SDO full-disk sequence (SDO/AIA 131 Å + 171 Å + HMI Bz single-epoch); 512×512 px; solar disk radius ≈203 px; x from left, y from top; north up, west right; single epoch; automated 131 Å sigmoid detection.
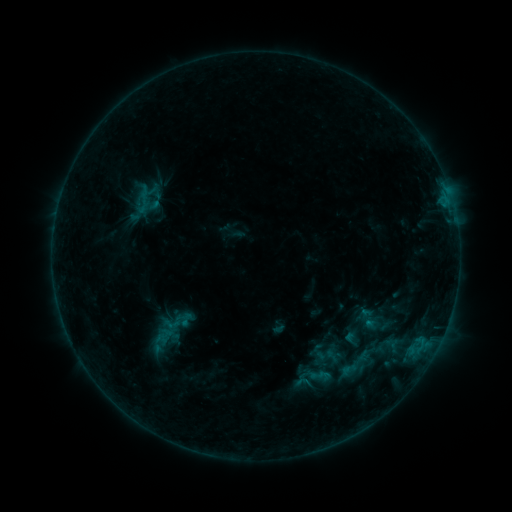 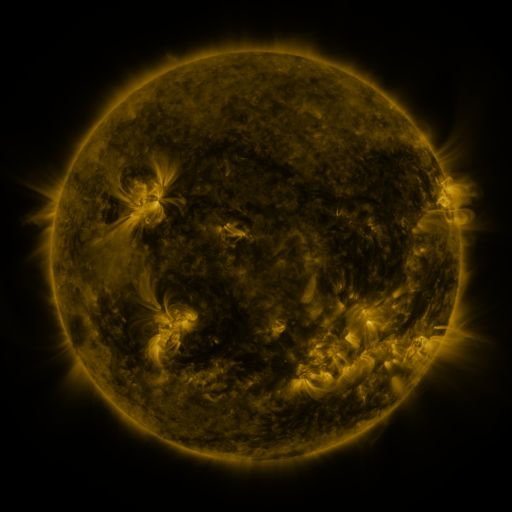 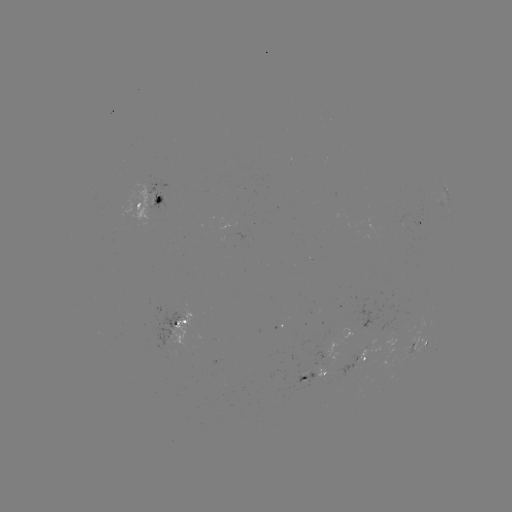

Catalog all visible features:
sigmoid: <bbox>145, 302, 199, 351</bbox>
sigmoid: <bbox>315, 343, 341, 368</bbox>
sigmoid: <bbox>294, 373, 311, 390</bbox>
